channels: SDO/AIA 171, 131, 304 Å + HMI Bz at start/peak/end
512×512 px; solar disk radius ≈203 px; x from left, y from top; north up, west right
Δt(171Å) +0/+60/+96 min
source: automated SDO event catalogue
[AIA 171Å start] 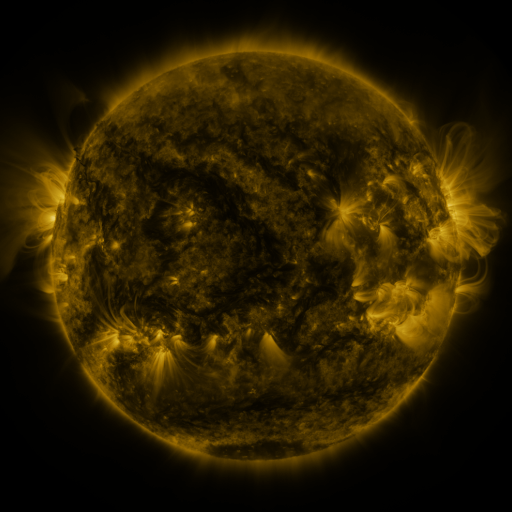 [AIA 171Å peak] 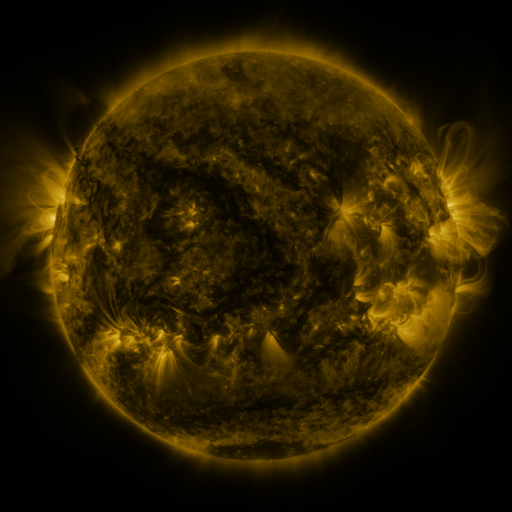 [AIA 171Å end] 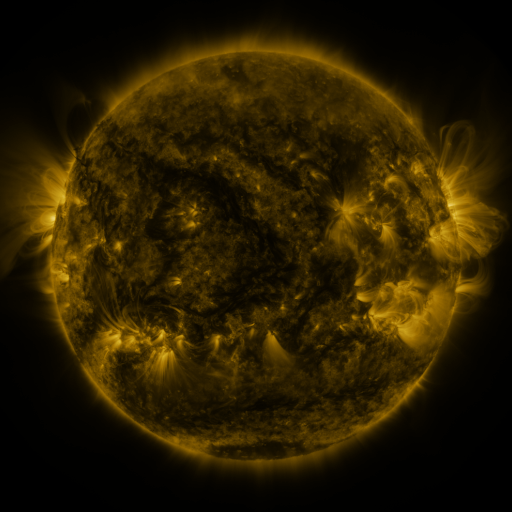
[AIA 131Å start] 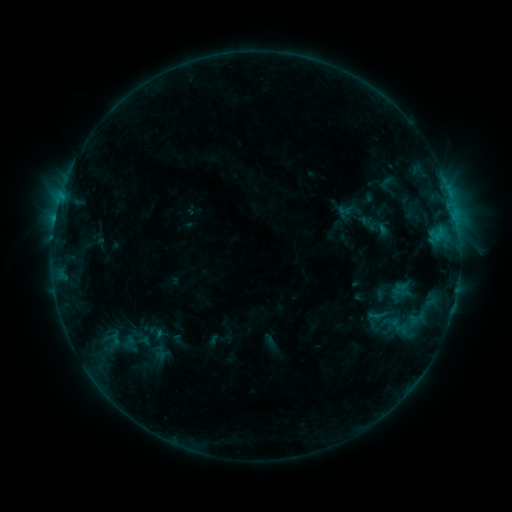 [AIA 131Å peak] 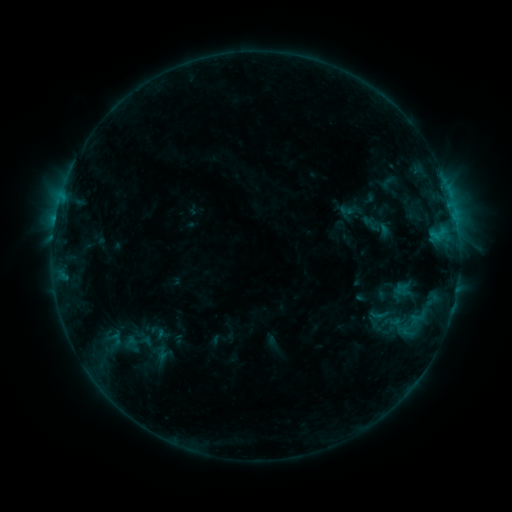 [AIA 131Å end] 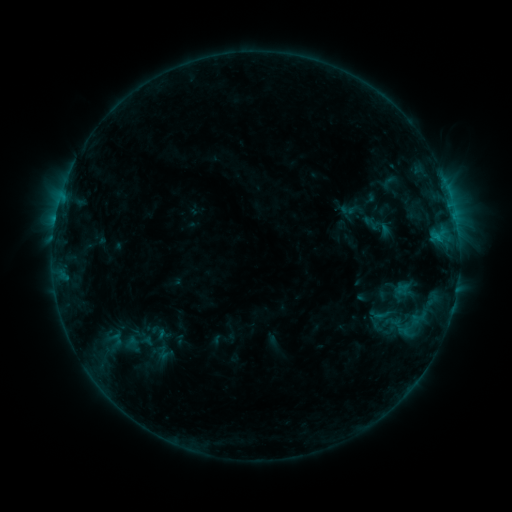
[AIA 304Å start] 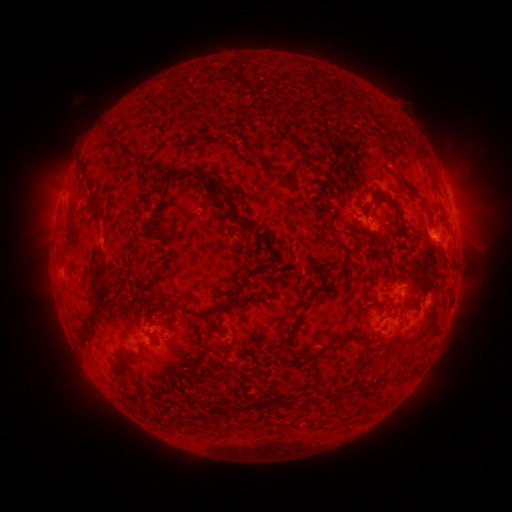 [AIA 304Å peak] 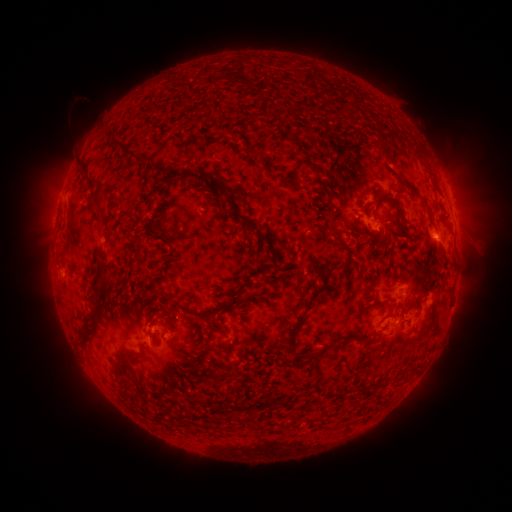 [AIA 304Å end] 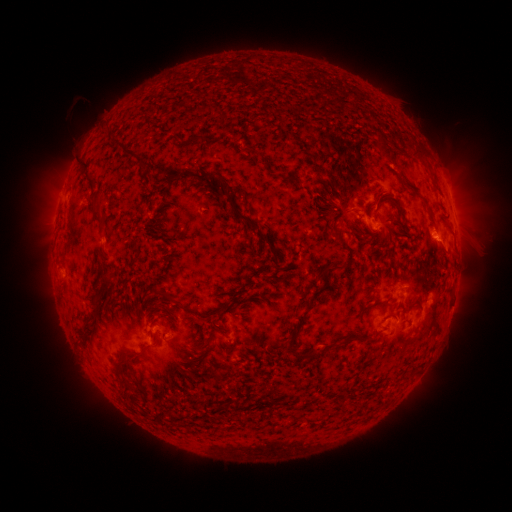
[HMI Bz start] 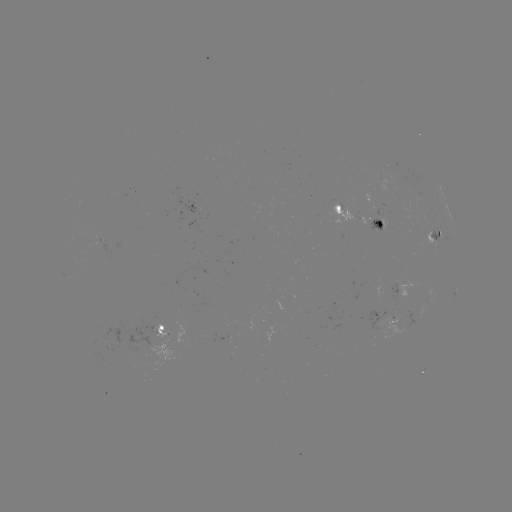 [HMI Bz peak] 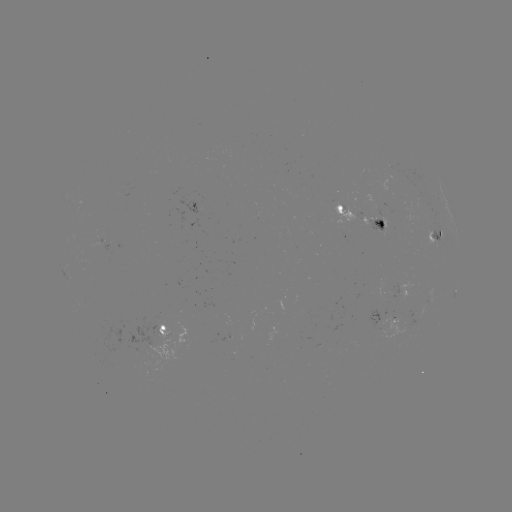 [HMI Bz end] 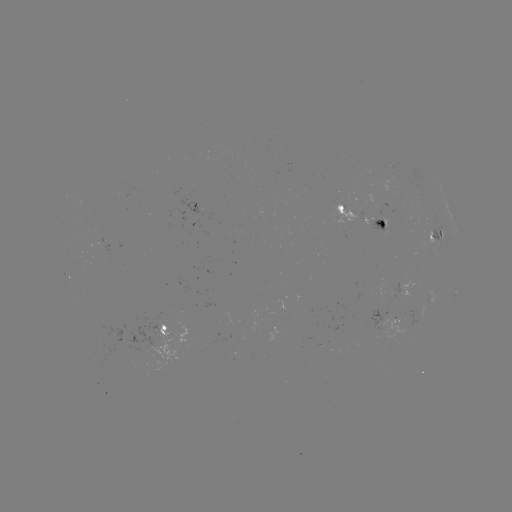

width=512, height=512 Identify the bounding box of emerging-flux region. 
[114, 316, 165, 364].